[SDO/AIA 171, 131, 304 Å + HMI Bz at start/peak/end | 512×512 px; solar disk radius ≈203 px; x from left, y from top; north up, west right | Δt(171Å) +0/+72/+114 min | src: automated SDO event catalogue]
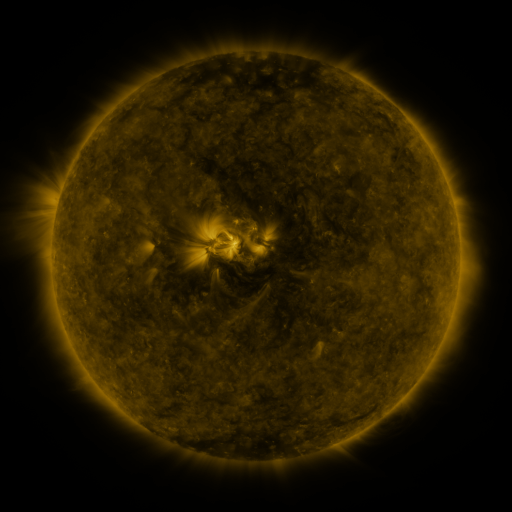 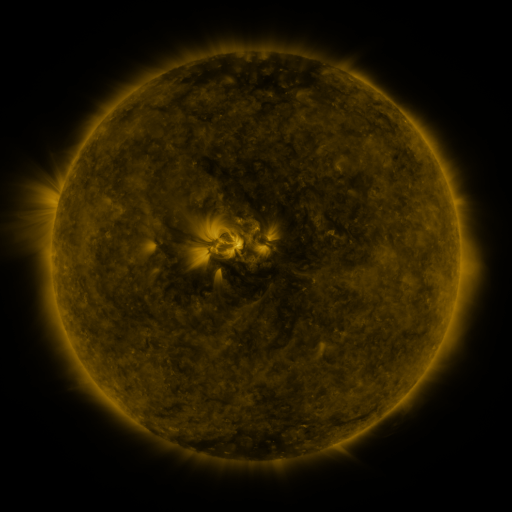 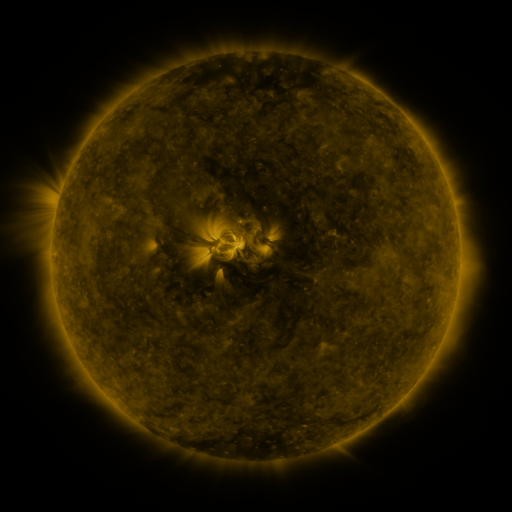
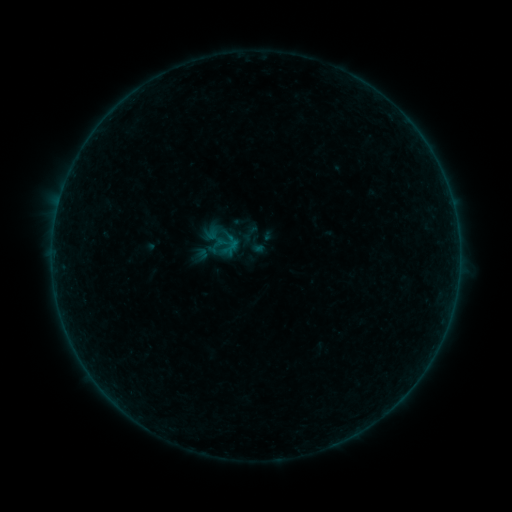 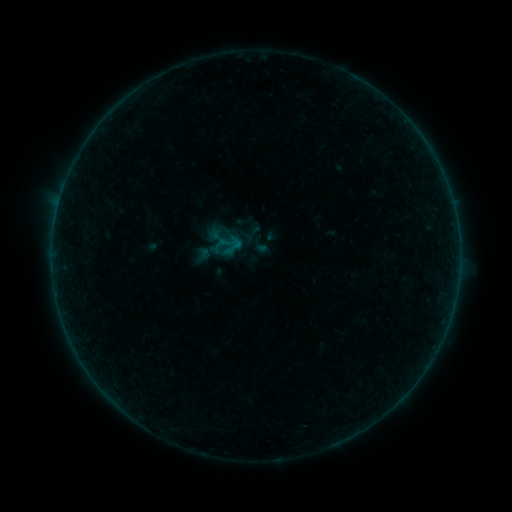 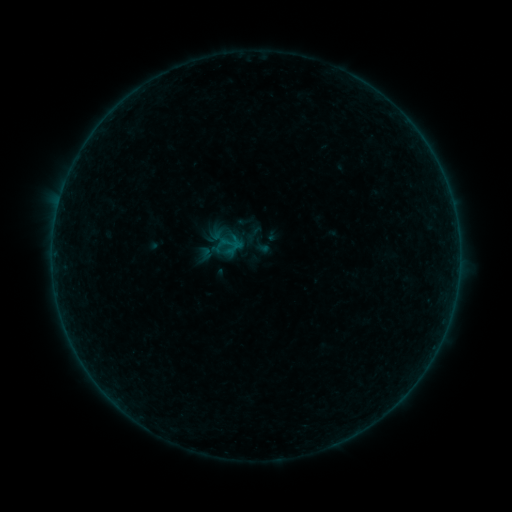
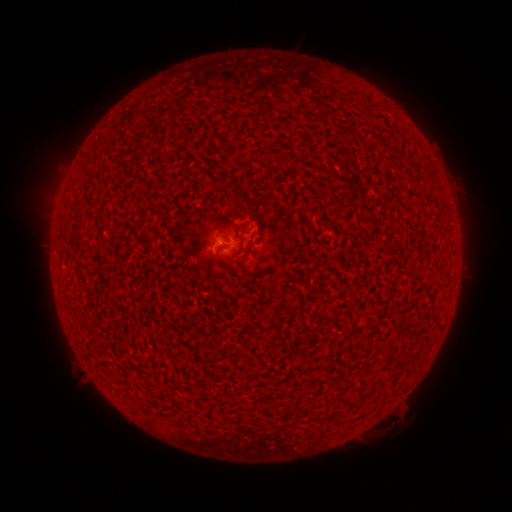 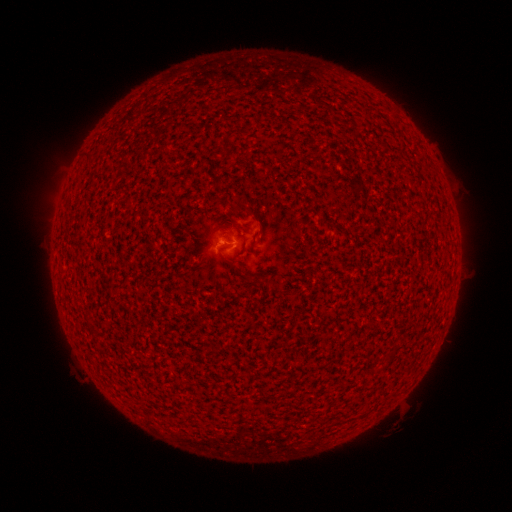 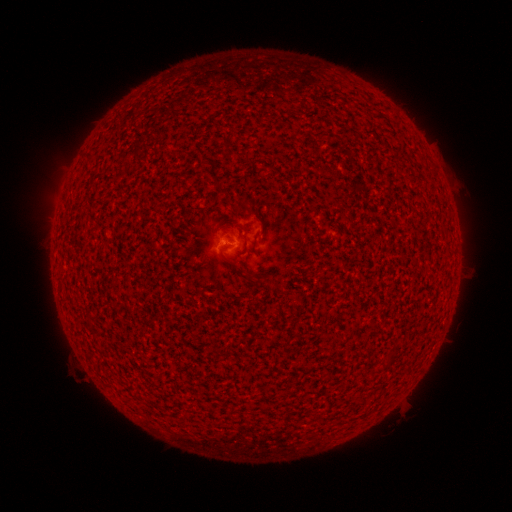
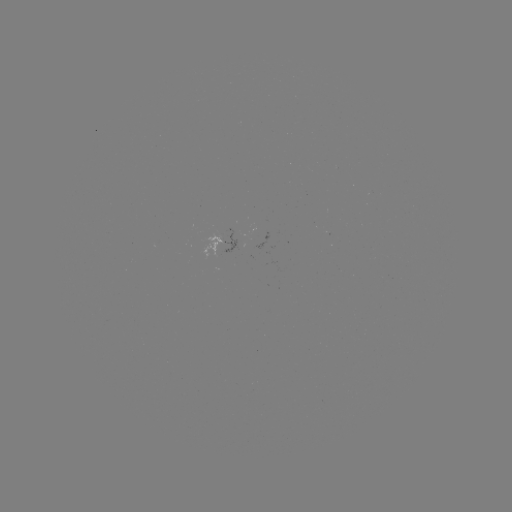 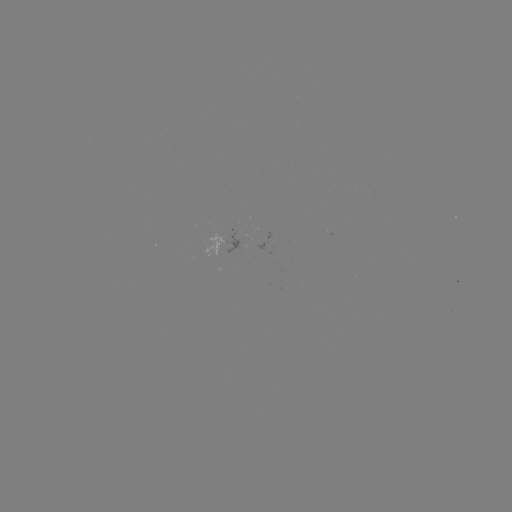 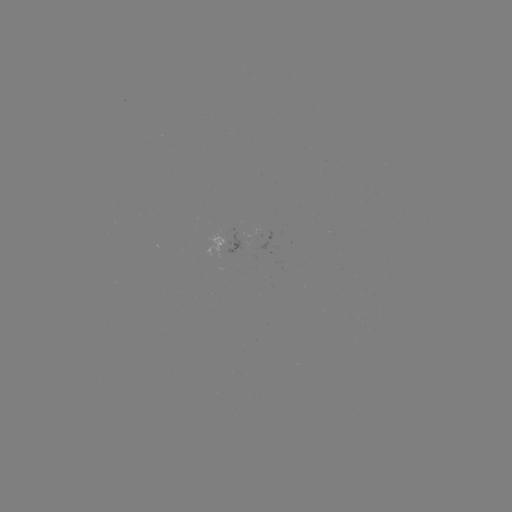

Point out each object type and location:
B1.3 flare: (227, 246)
